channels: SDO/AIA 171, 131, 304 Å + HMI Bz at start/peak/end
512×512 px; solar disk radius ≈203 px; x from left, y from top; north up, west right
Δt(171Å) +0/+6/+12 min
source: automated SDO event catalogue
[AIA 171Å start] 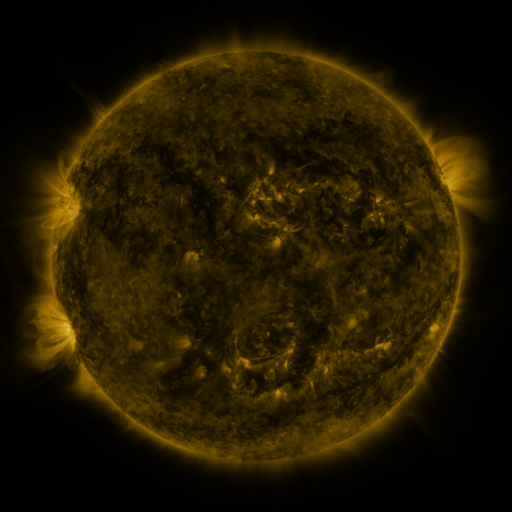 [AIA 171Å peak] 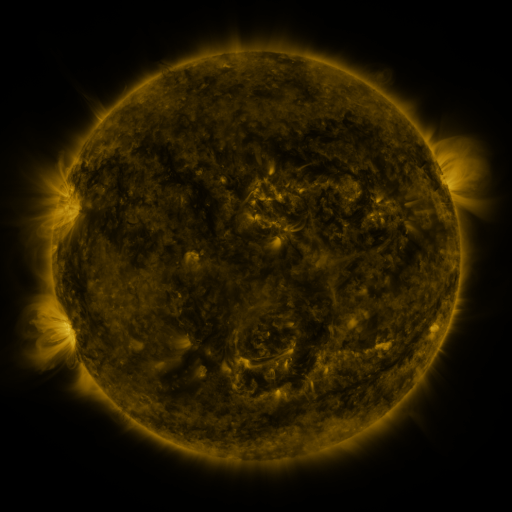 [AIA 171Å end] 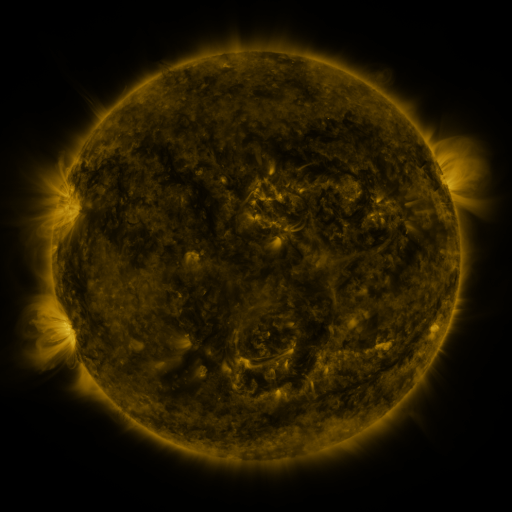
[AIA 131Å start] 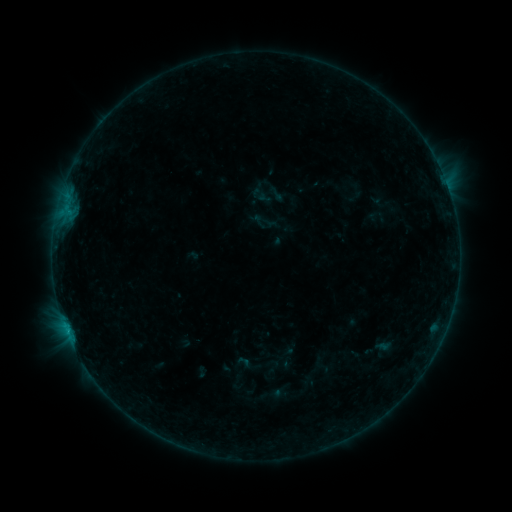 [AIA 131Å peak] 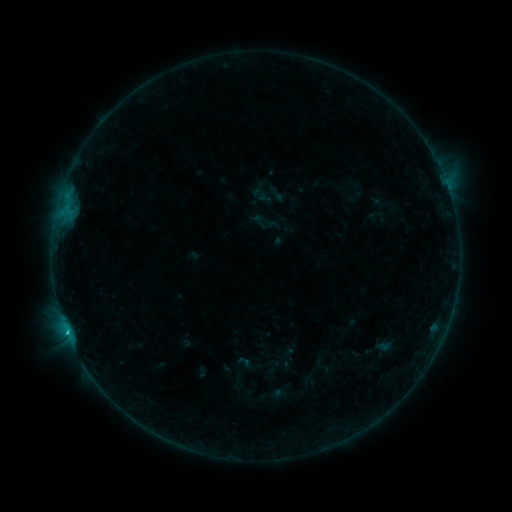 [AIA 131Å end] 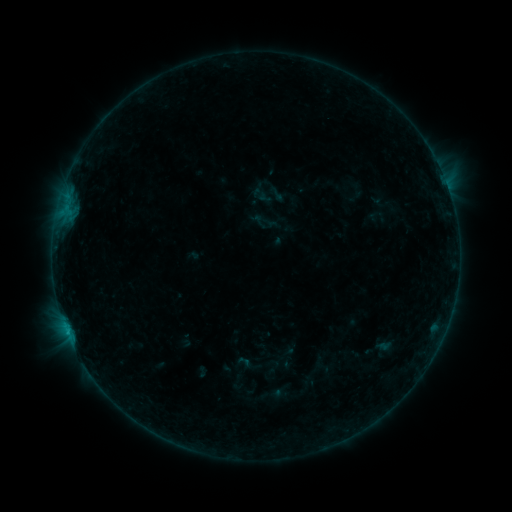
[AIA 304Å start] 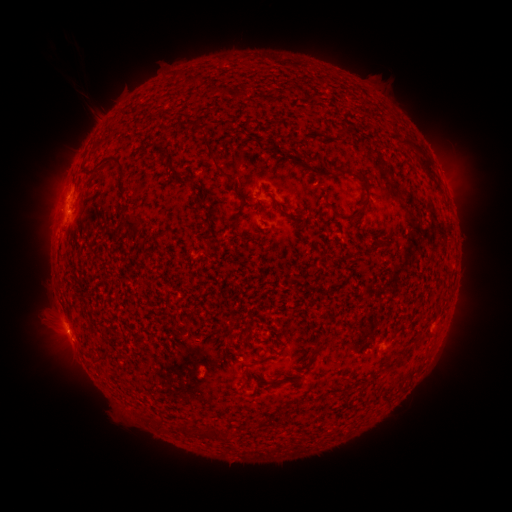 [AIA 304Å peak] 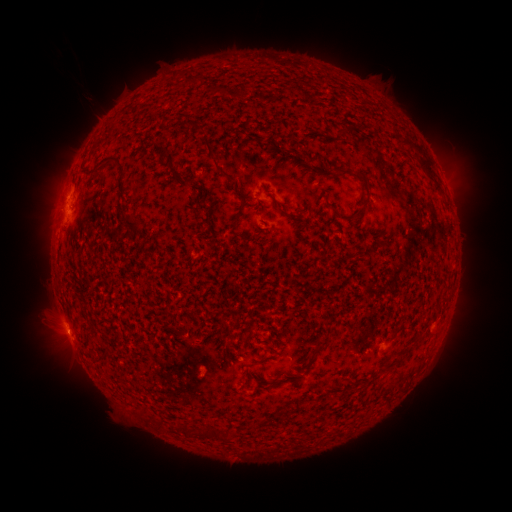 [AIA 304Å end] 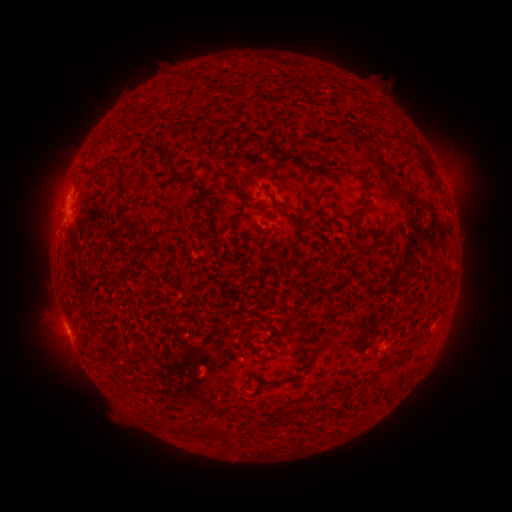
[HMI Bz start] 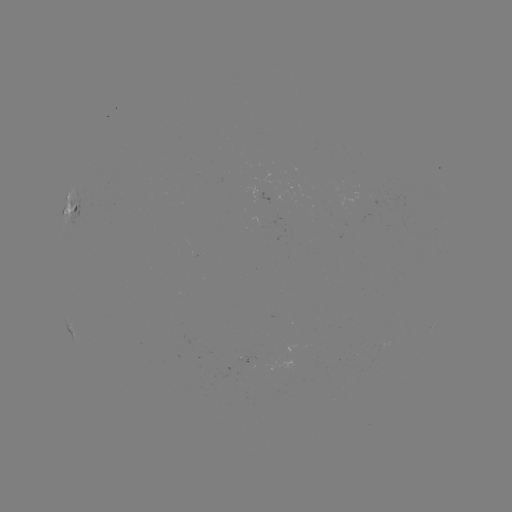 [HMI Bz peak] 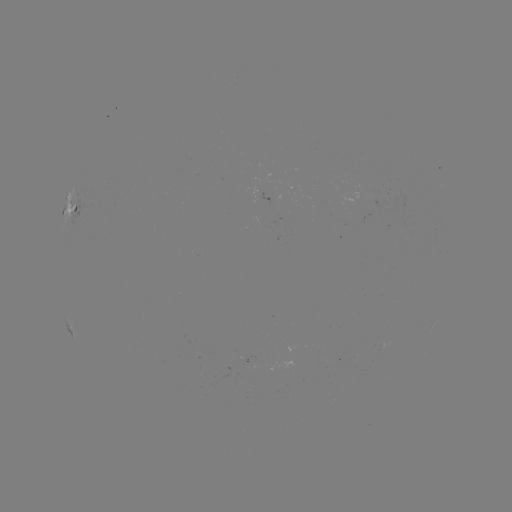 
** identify B6.4 flare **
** (66, 329) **